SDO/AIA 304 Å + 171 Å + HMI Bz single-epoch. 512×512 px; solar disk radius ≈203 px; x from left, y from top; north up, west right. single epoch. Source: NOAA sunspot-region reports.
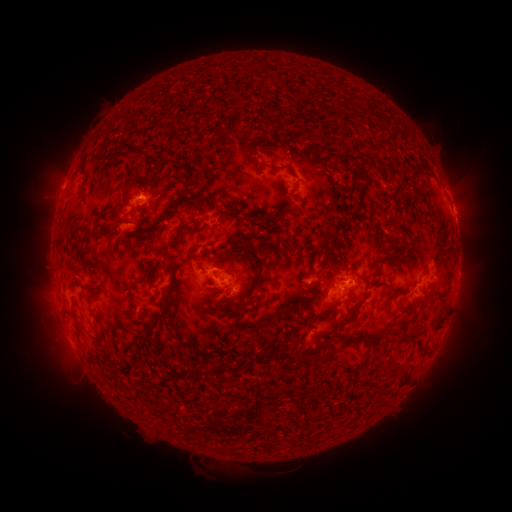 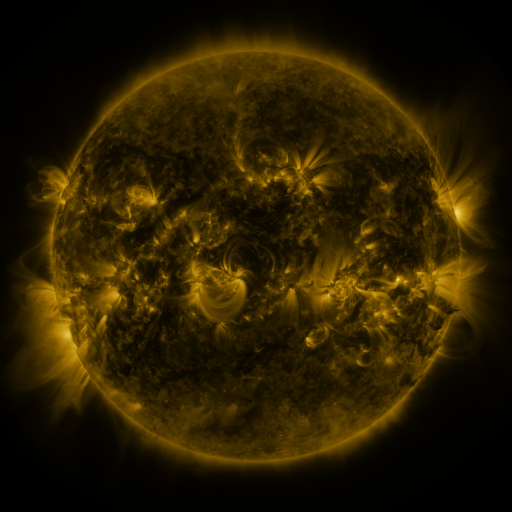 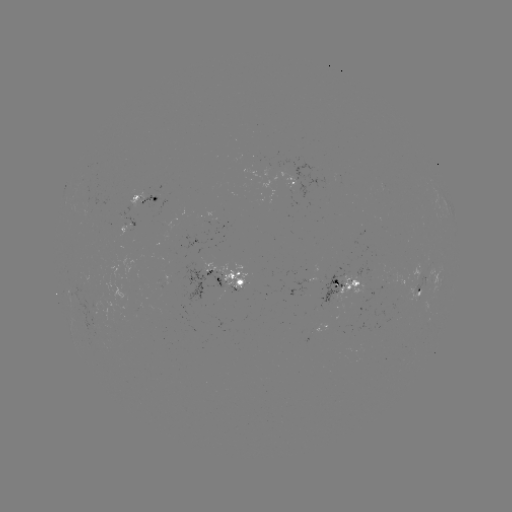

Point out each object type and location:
spotted active region: (293, 180)
spotted active region: (147, 193)
spotted active region: (453, 208)
spotted active region: (130, 226)
spotted active region: (228, 277)
spotted active region: (345, 283)
spotted active region: (419, 284)
spotted active region: (320, 330)
